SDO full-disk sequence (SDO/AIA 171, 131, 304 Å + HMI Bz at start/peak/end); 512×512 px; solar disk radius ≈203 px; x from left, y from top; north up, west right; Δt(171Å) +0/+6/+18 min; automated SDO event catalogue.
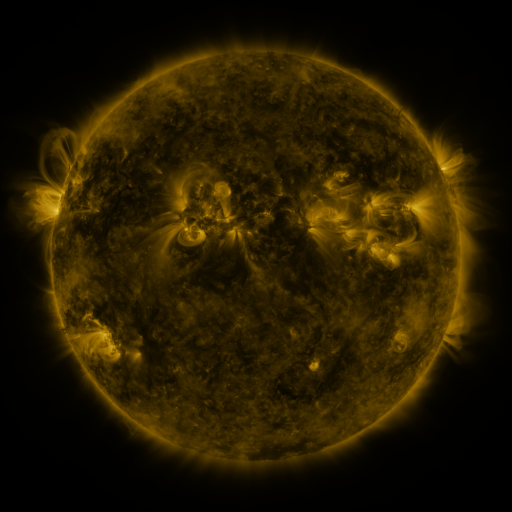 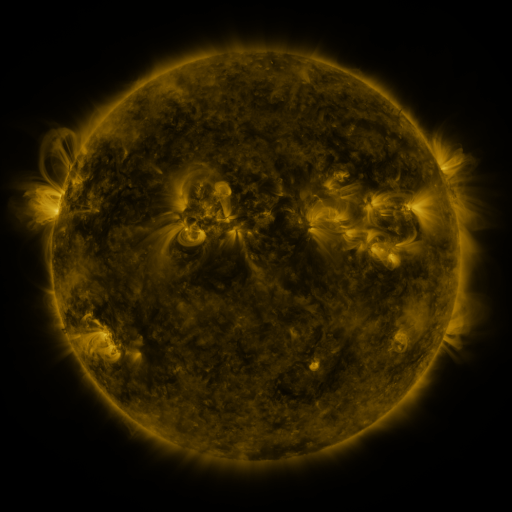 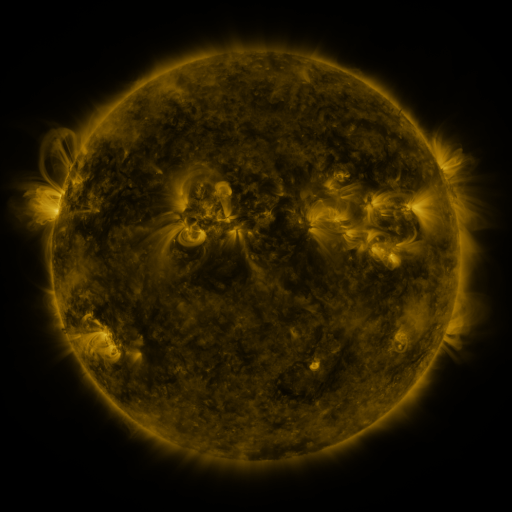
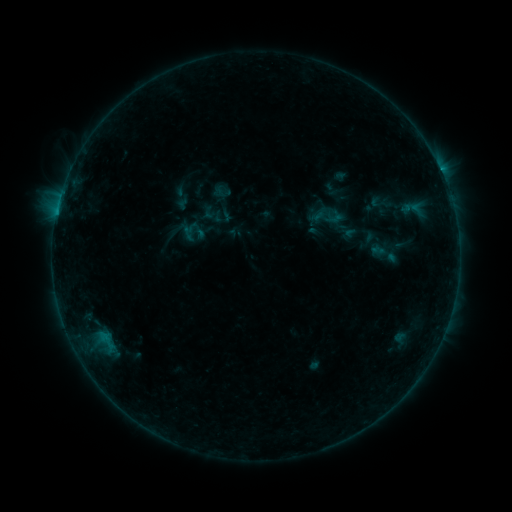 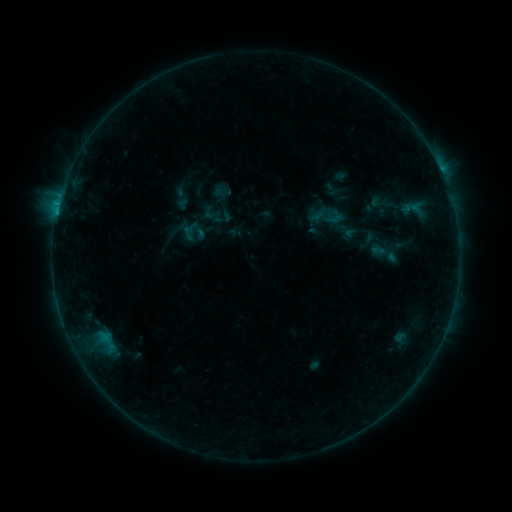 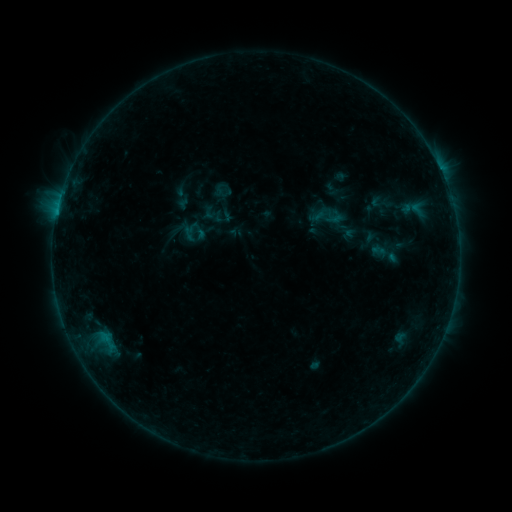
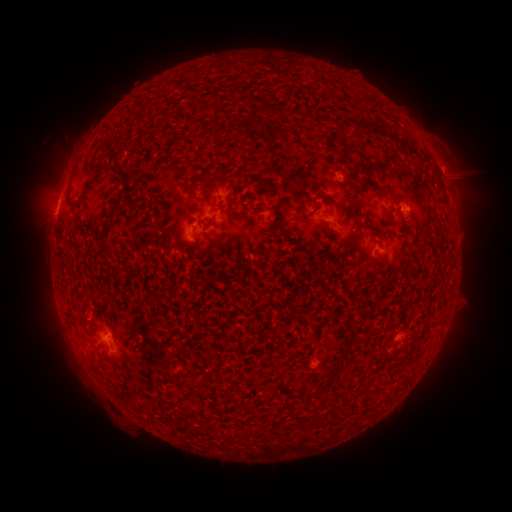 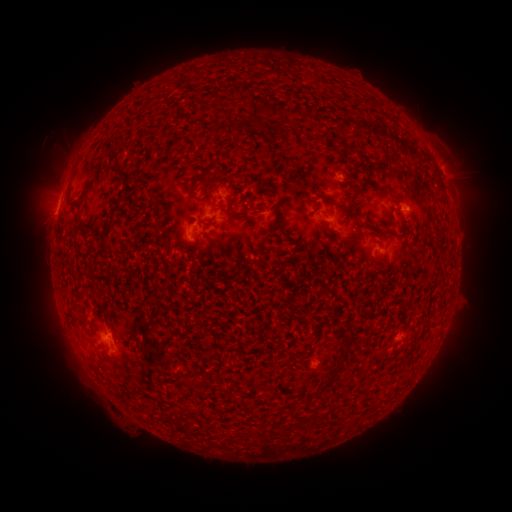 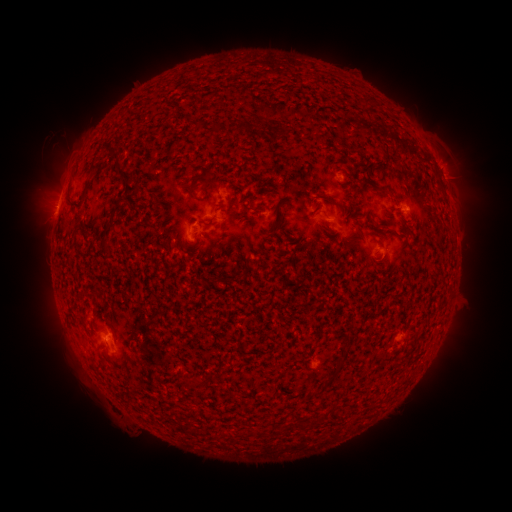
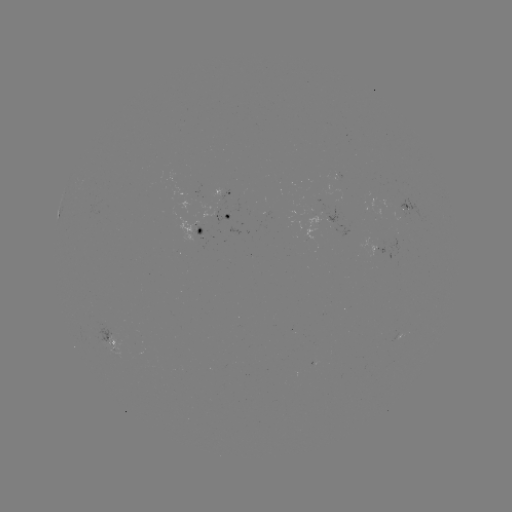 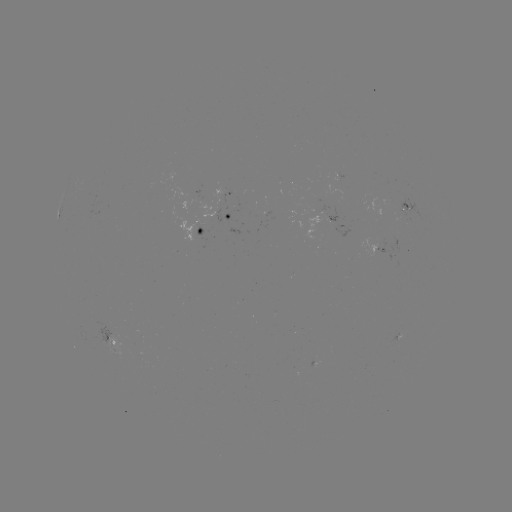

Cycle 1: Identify B5.0 flare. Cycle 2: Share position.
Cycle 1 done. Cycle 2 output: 58,208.